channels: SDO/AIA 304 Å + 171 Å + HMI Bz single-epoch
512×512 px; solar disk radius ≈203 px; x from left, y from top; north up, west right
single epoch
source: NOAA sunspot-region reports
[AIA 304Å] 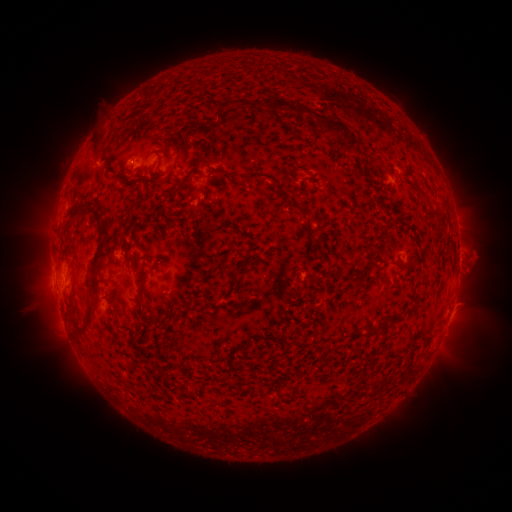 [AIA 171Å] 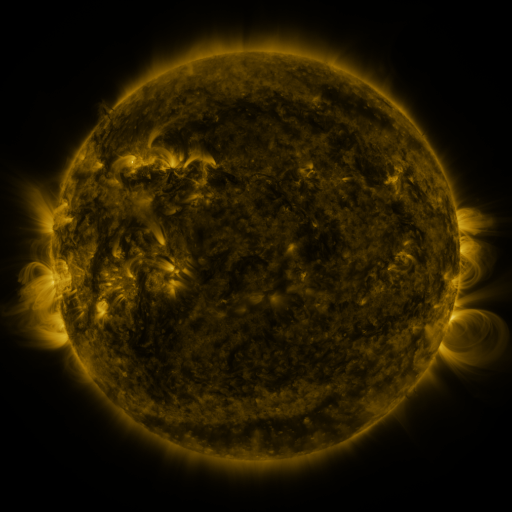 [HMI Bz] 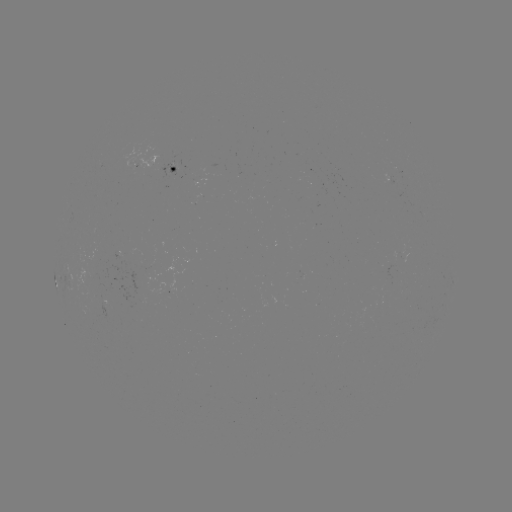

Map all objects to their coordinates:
spotted active region: (174, 168)
spotted active region: (394, 183)
